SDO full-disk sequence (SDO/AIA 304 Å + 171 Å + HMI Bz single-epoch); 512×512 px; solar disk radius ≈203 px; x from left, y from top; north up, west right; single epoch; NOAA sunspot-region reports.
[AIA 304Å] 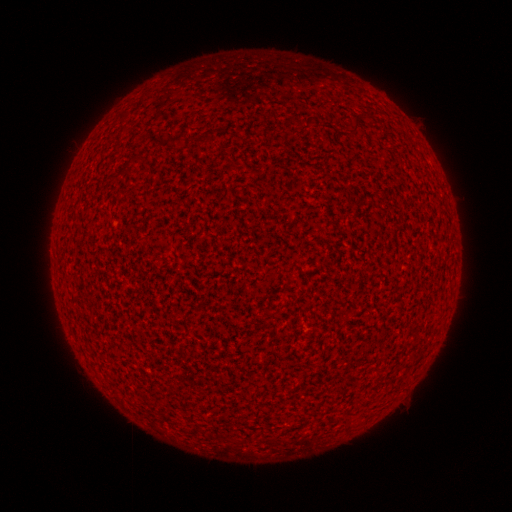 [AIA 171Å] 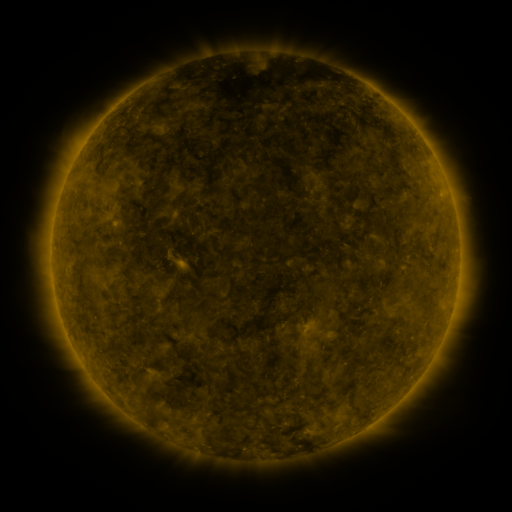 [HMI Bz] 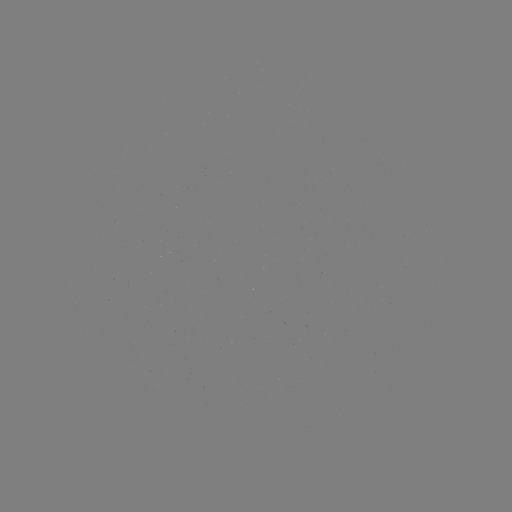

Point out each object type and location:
(none)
